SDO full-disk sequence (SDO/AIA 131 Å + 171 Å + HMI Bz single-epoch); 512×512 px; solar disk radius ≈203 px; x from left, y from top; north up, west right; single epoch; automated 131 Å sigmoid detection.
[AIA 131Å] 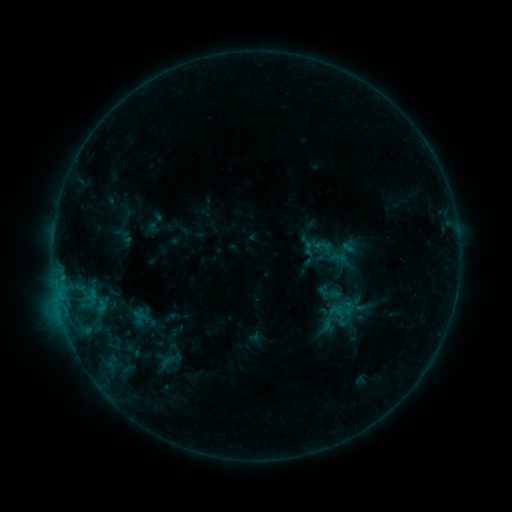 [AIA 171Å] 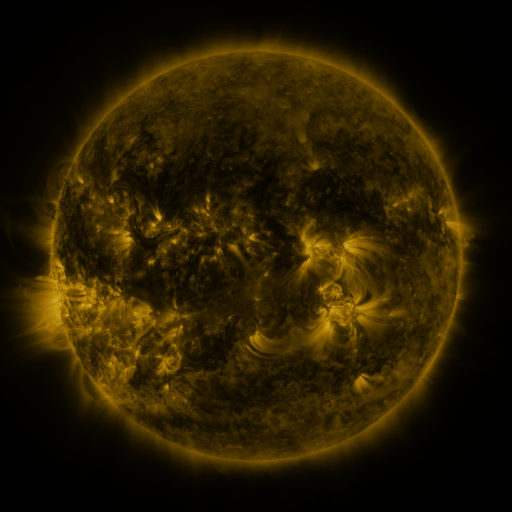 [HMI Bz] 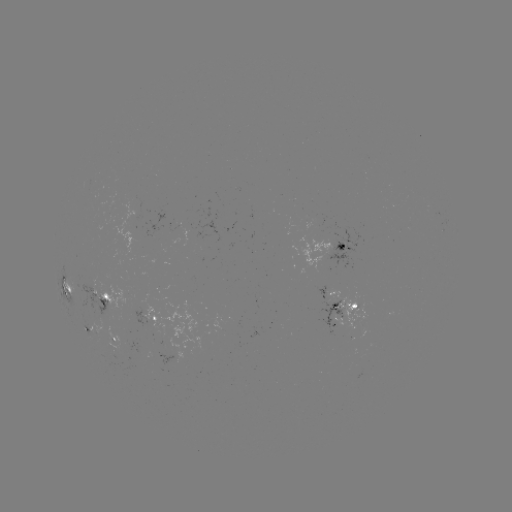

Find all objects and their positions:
sigmoid: [336, 305, 352, 321]
sigmoid: [151, 351, 183, 374]
